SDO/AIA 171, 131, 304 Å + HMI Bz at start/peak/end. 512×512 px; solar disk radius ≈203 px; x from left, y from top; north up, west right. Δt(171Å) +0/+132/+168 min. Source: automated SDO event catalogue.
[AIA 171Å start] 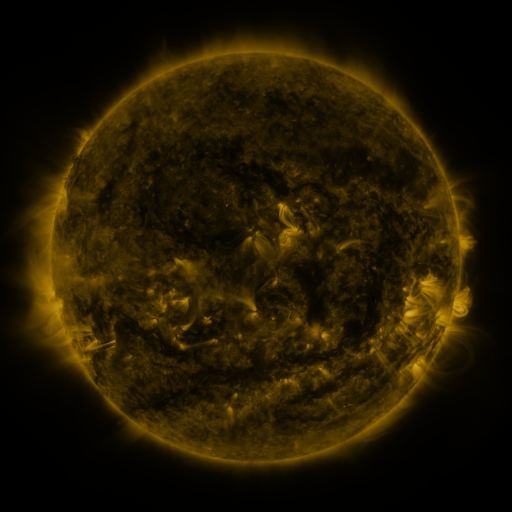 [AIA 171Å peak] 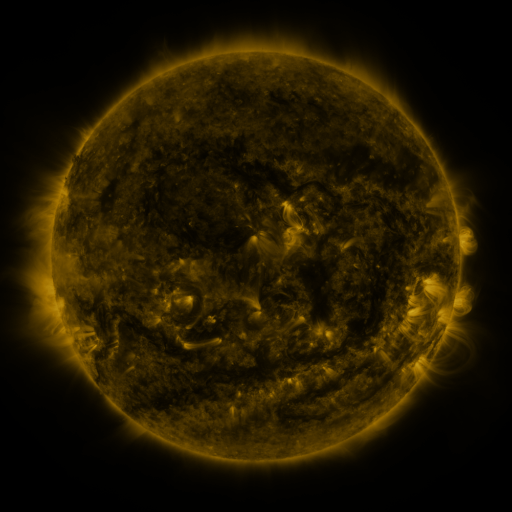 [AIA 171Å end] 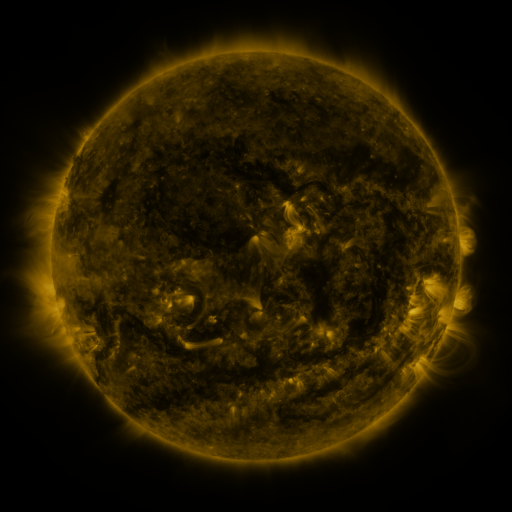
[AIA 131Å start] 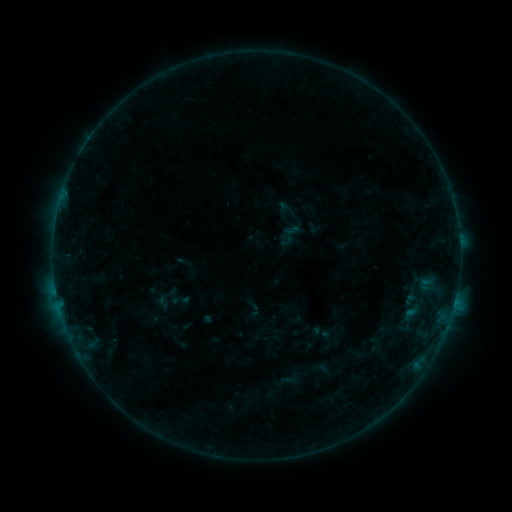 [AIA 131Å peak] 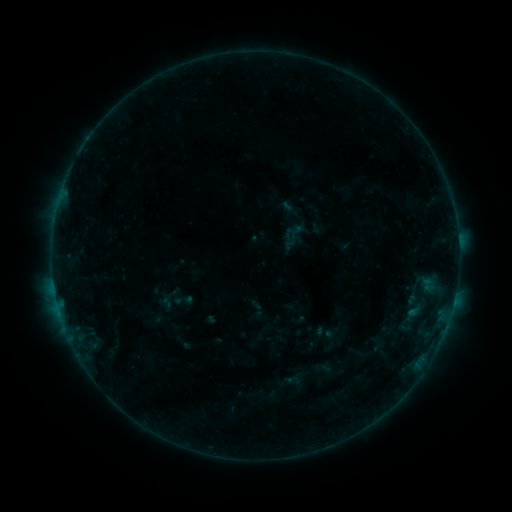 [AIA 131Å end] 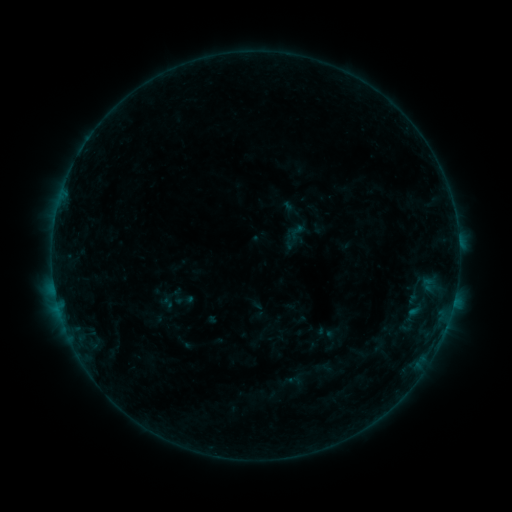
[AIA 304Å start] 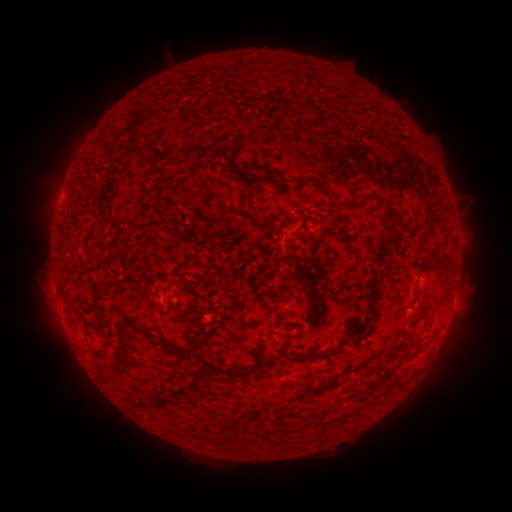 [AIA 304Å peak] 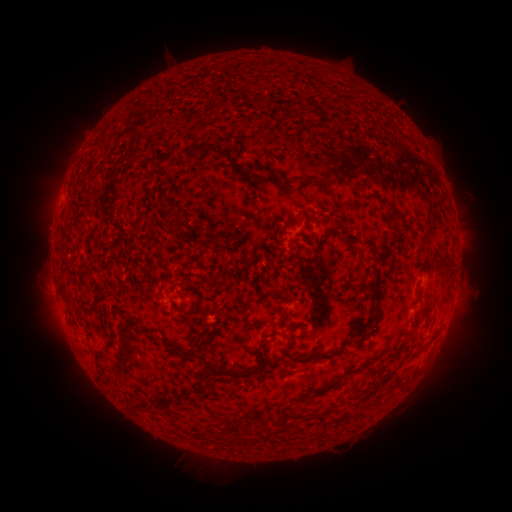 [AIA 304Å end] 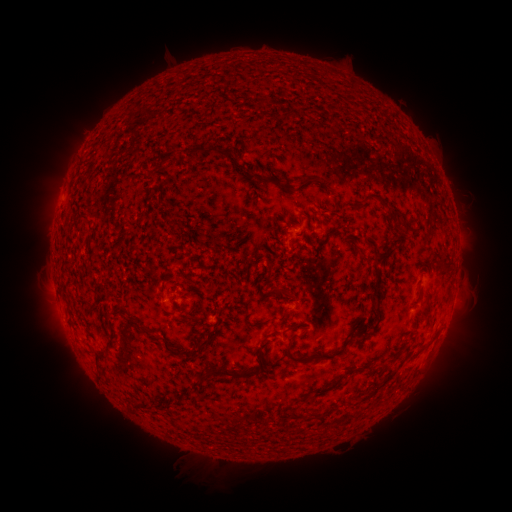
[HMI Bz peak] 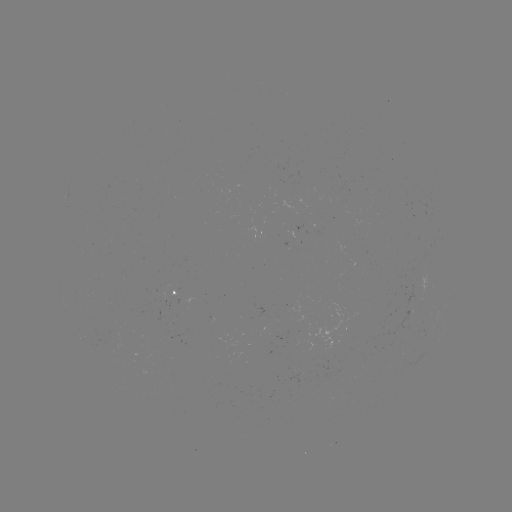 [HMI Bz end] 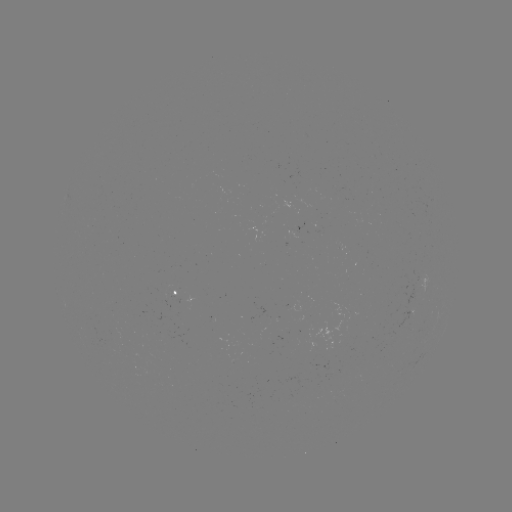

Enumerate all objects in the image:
emerging-flux region: (293, 306)
